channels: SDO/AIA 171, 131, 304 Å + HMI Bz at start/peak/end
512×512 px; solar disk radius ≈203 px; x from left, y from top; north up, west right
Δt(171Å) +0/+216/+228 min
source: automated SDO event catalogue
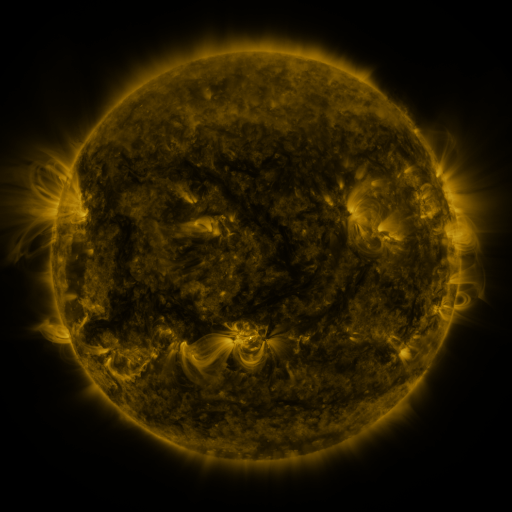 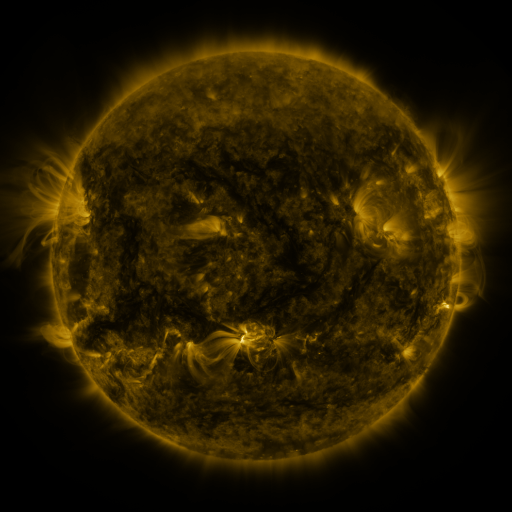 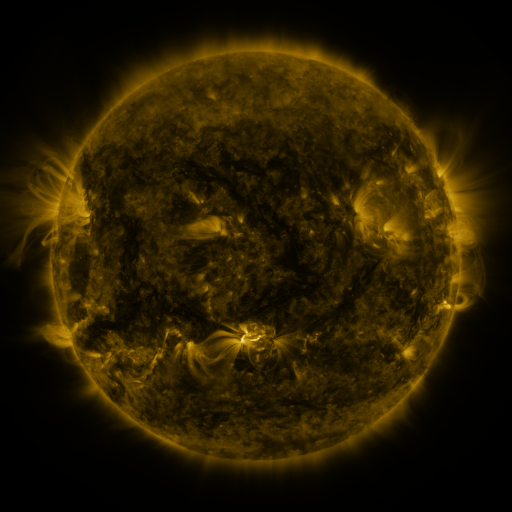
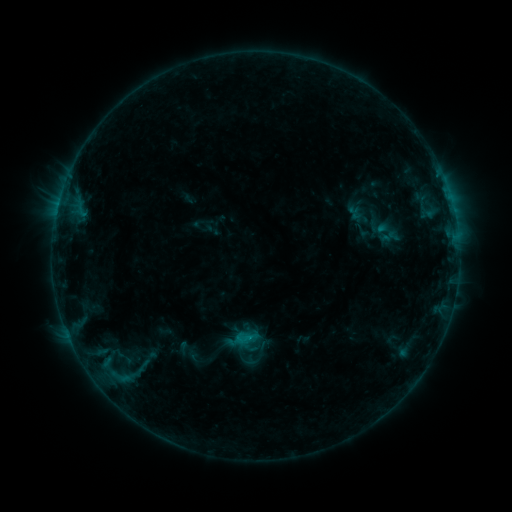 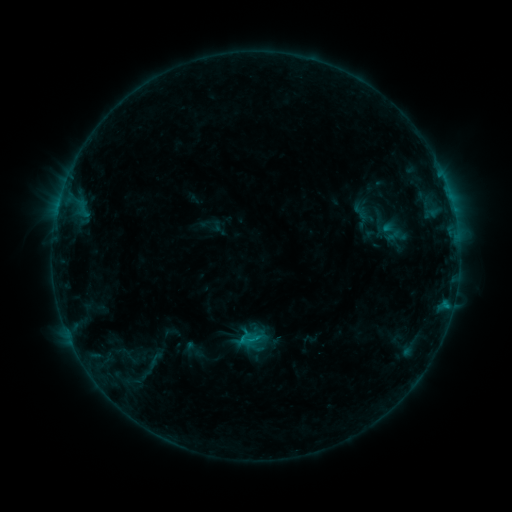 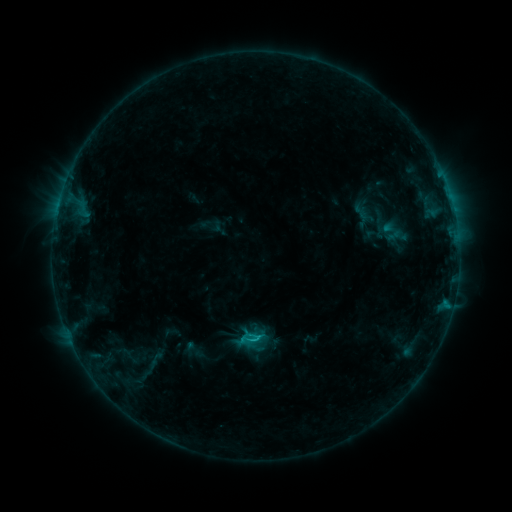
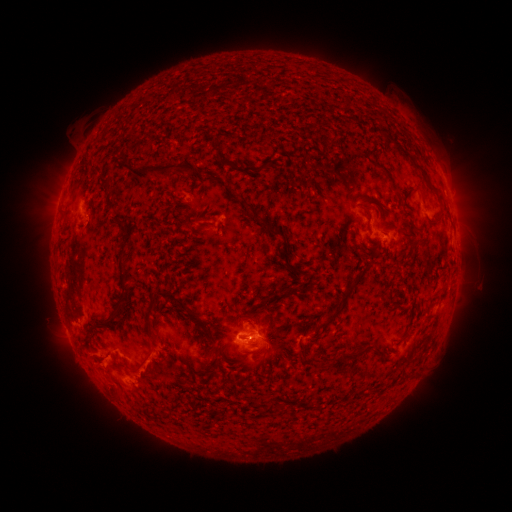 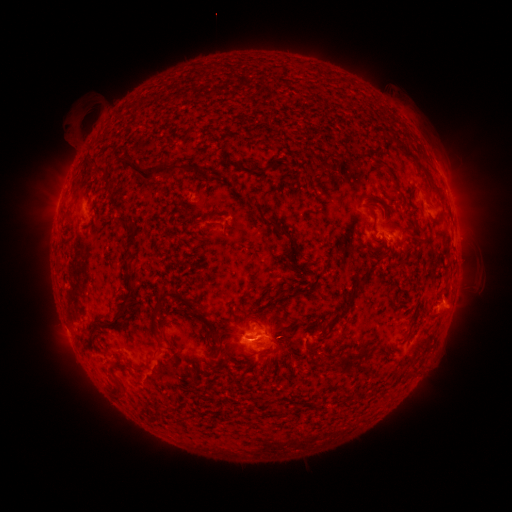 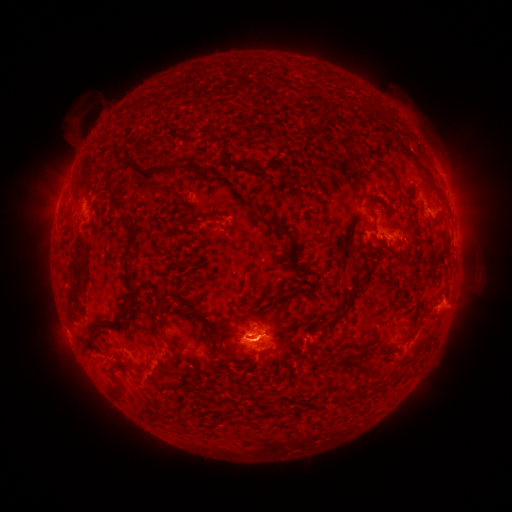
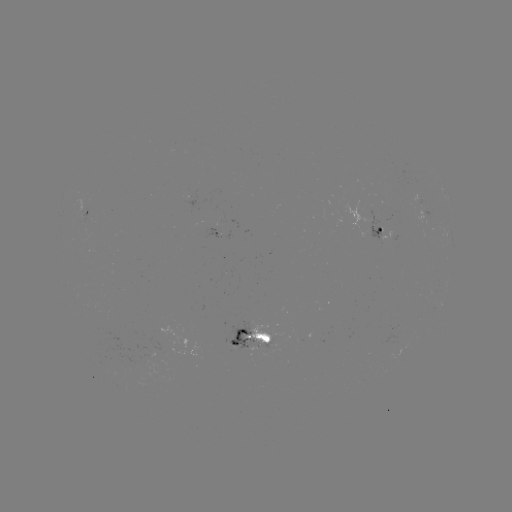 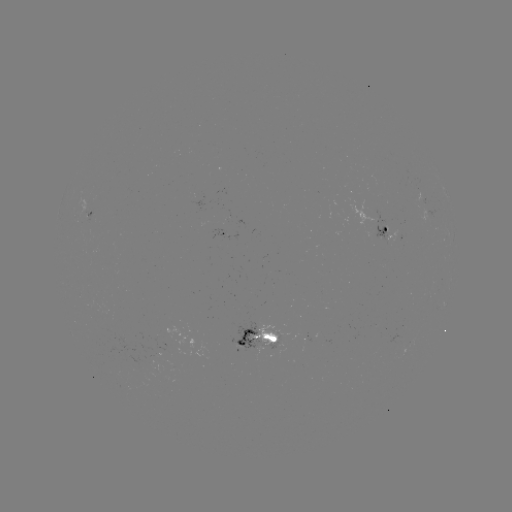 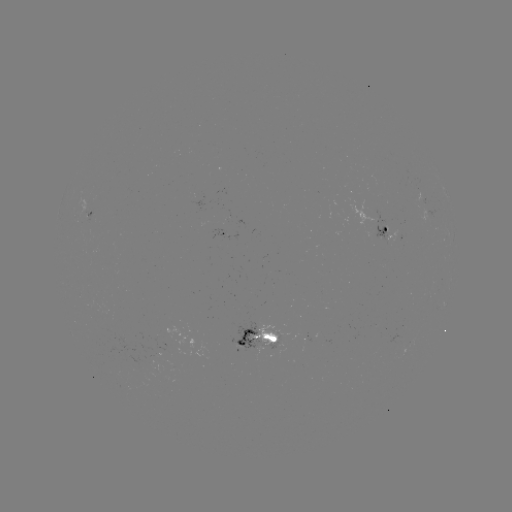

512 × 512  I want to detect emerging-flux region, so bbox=[369, 205, 393, 245].